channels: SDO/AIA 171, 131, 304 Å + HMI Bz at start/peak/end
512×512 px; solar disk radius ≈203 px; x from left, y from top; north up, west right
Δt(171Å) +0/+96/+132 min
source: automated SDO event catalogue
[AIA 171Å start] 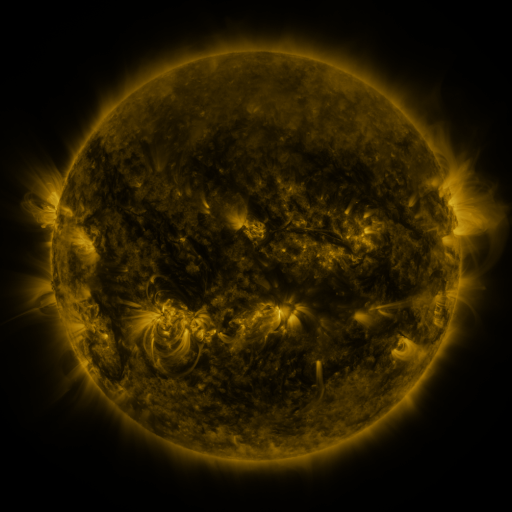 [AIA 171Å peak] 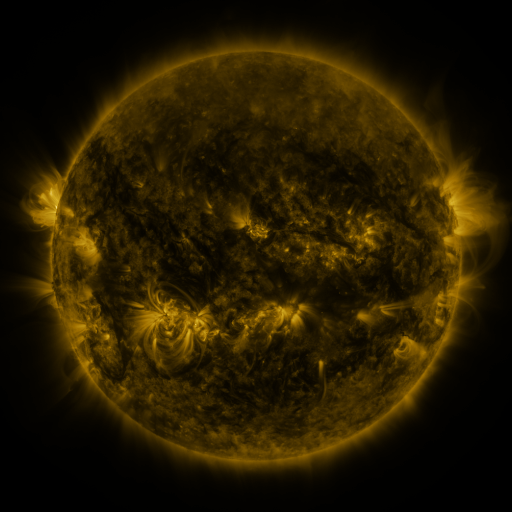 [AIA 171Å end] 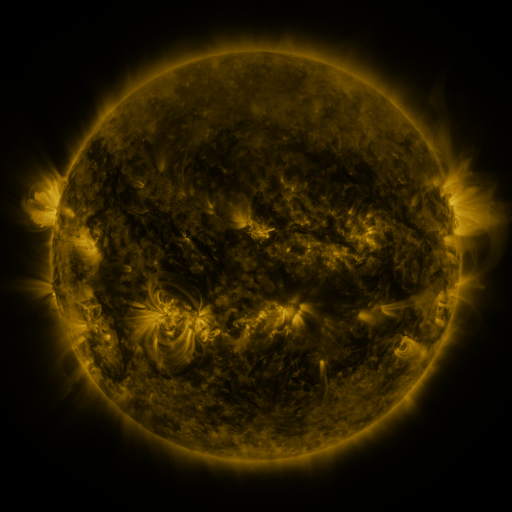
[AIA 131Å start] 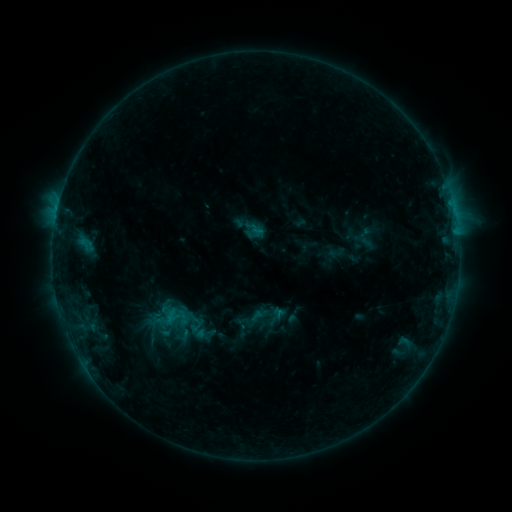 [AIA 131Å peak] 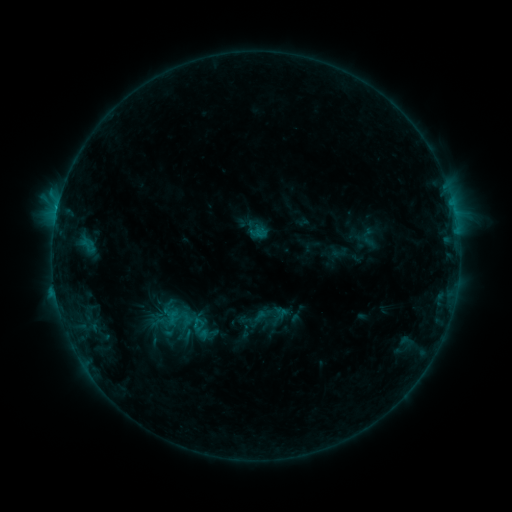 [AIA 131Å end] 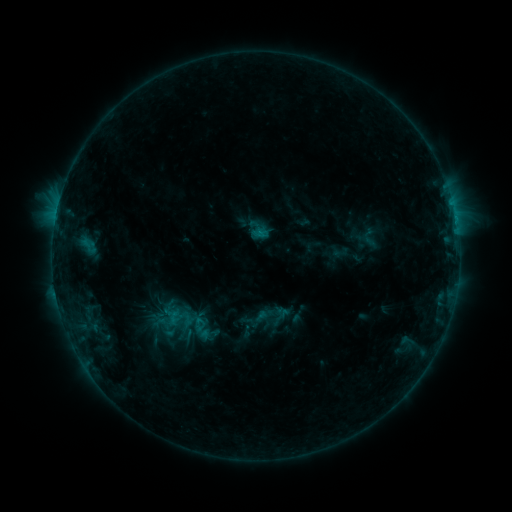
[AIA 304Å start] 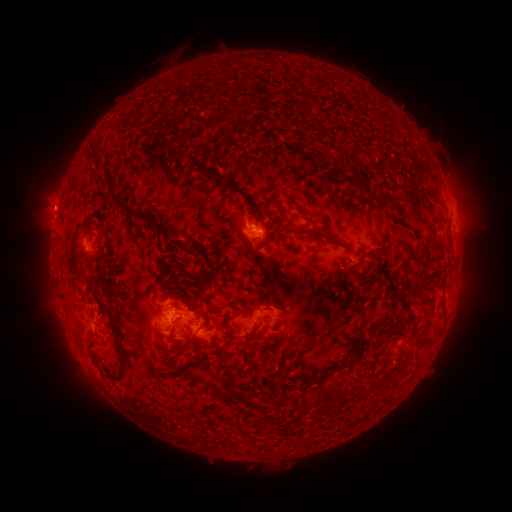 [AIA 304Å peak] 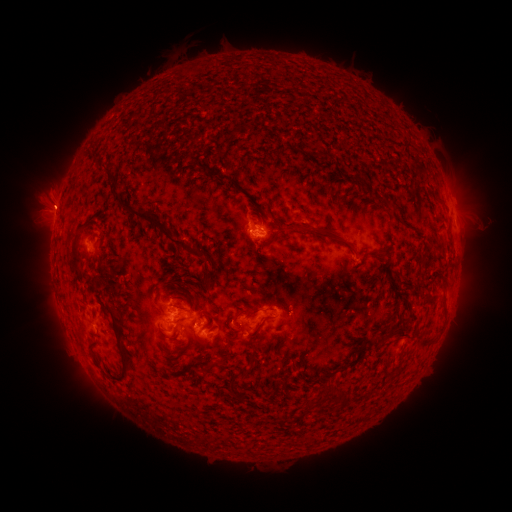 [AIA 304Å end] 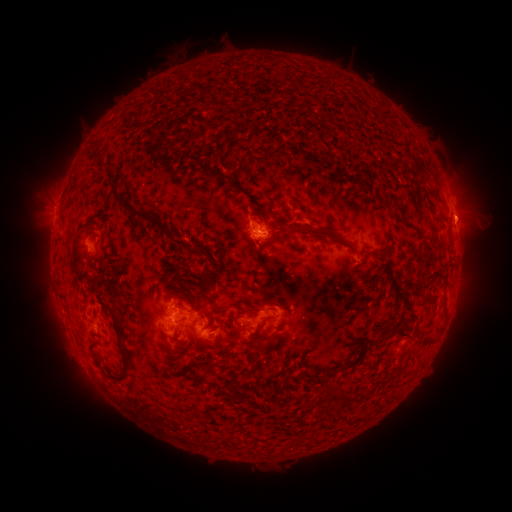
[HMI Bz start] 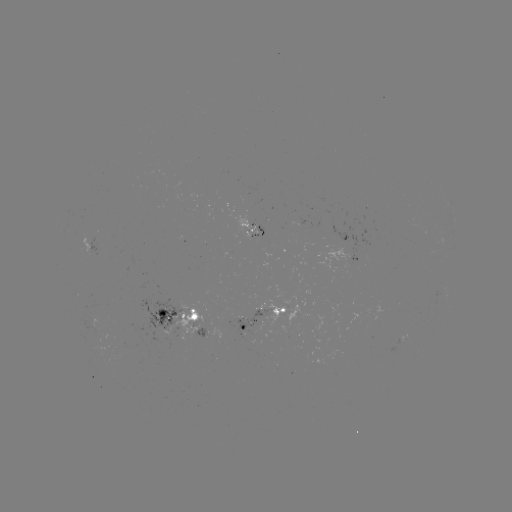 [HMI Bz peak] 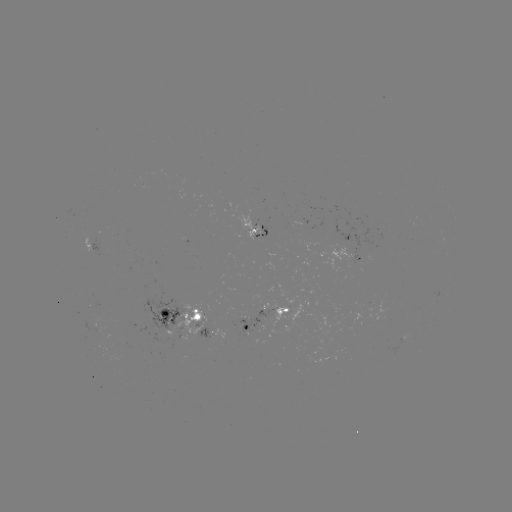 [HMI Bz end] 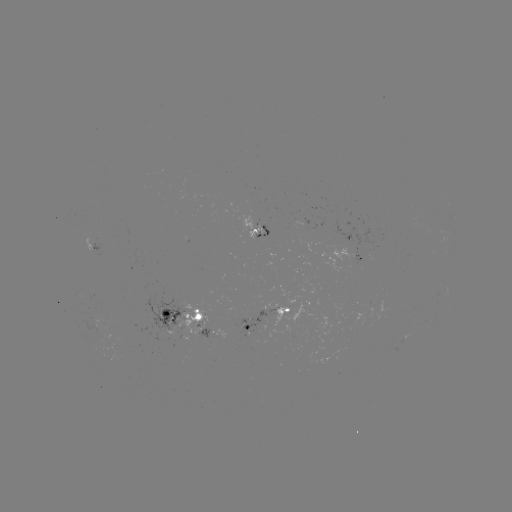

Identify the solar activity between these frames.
emerging-flux region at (183, 333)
